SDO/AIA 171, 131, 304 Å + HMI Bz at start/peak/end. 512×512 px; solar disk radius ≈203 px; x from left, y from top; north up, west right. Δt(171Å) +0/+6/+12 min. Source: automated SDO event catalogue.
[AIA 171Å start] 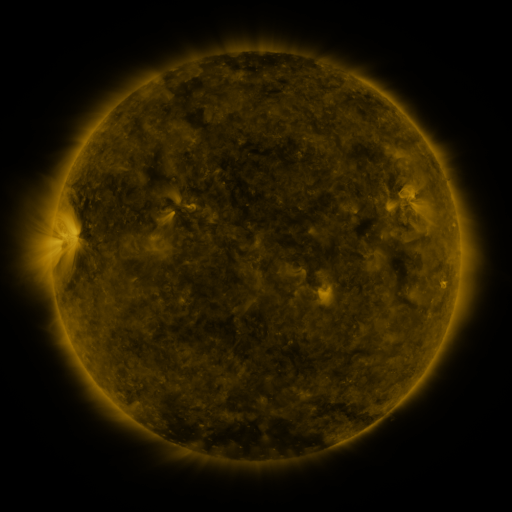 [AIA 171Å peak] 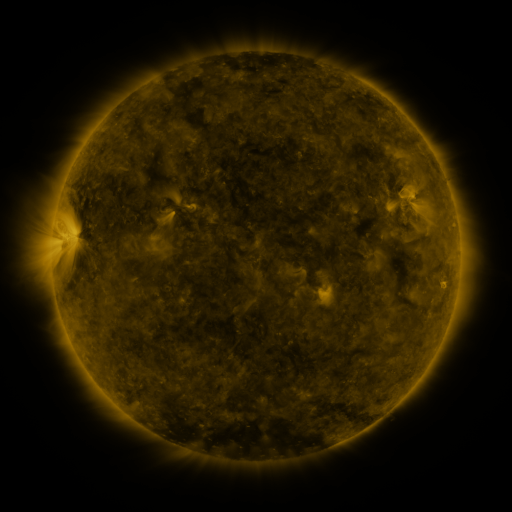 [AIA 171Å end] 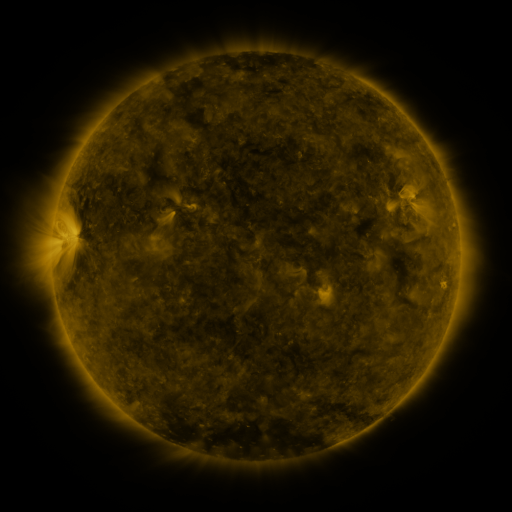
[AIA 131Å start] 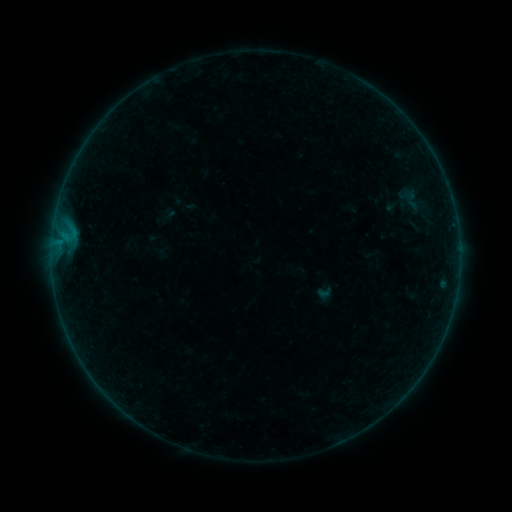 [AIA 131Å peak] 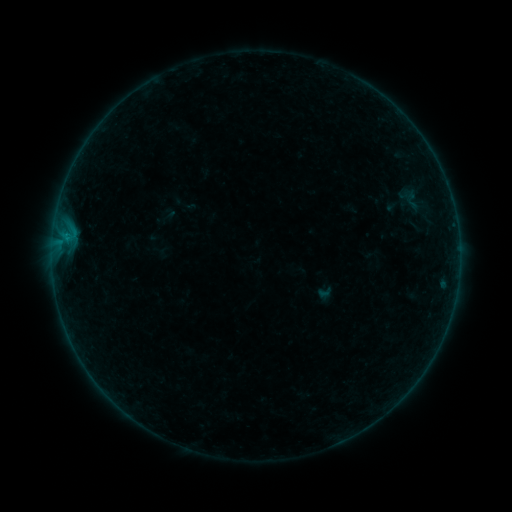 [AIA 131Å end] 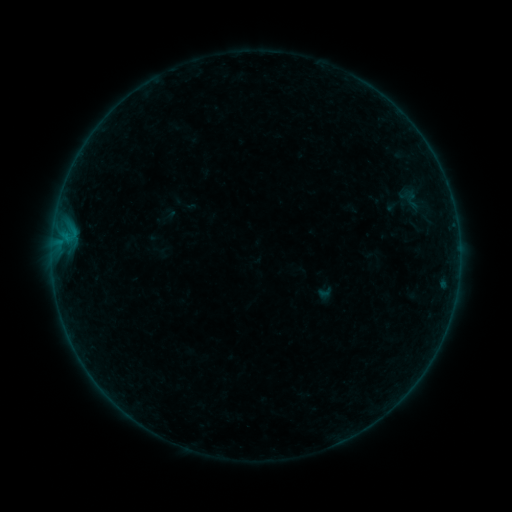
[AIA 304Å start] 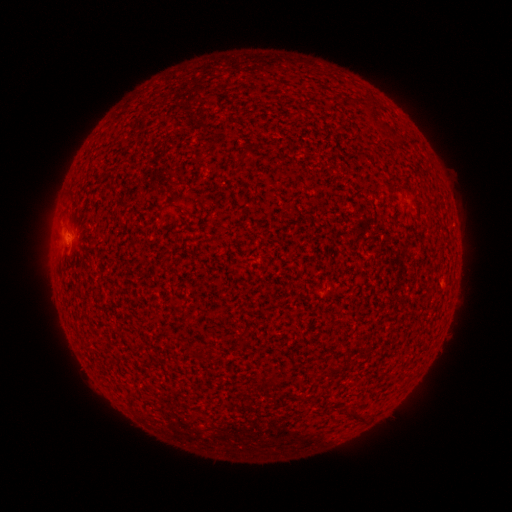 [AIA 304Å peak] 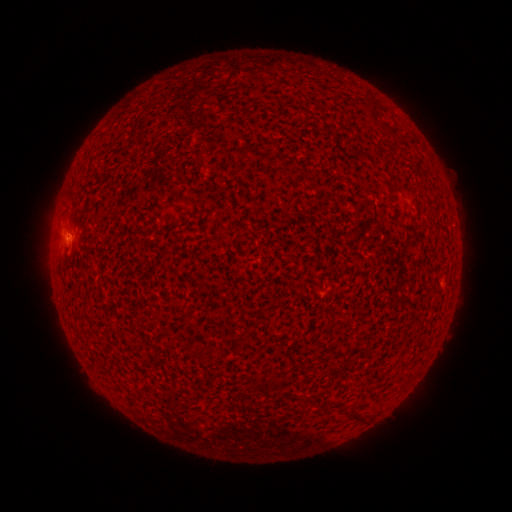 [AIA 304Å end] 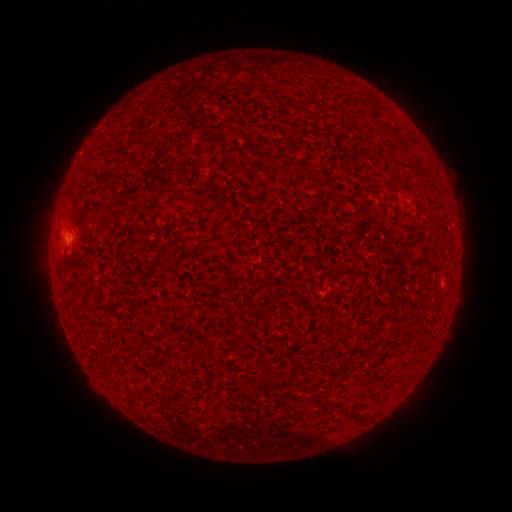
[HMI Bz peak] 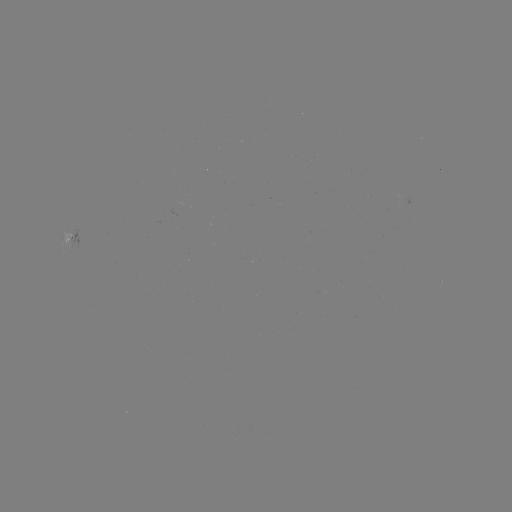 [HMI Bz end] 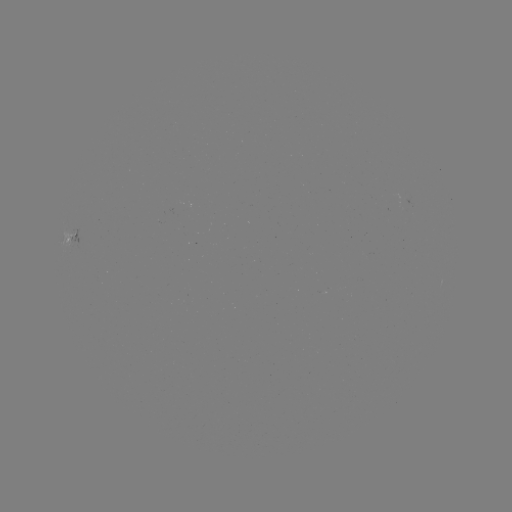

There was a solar flare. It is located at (68, 238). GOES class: B1.0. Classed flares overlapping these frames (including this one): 1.